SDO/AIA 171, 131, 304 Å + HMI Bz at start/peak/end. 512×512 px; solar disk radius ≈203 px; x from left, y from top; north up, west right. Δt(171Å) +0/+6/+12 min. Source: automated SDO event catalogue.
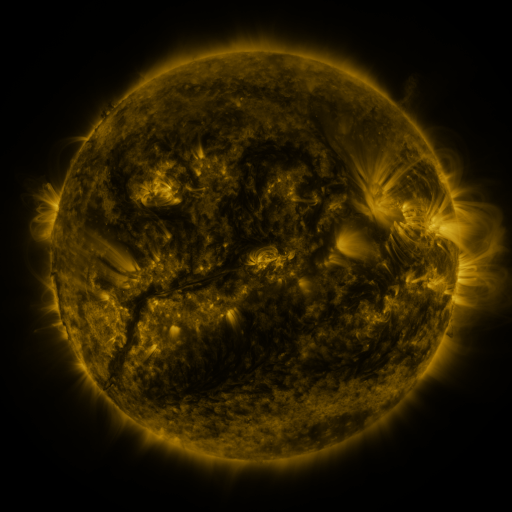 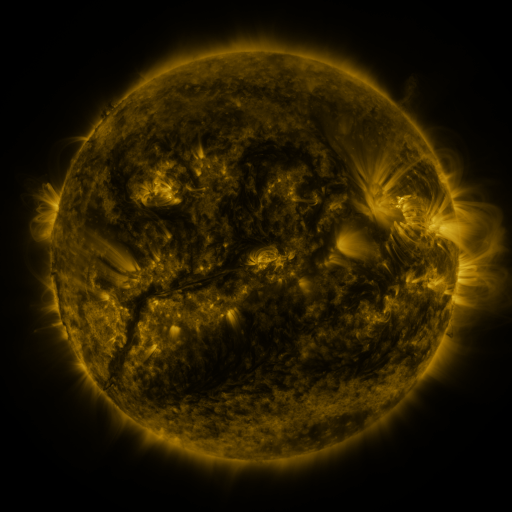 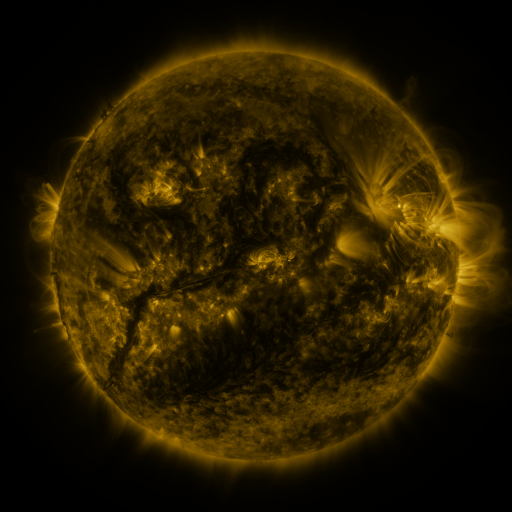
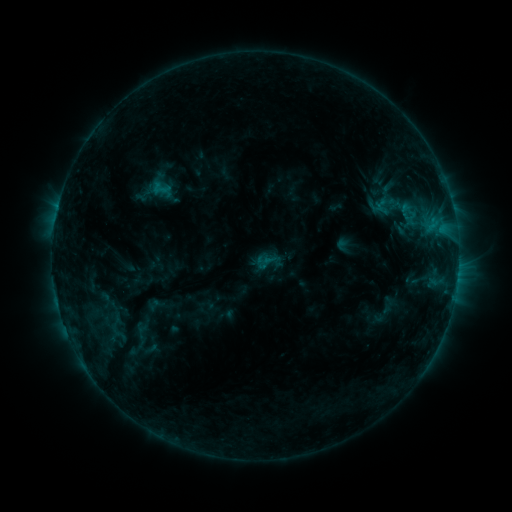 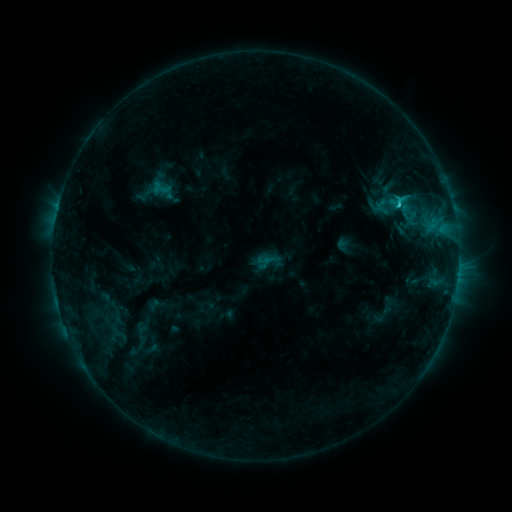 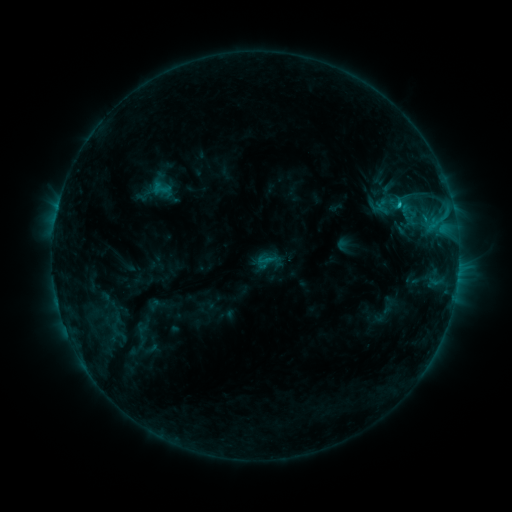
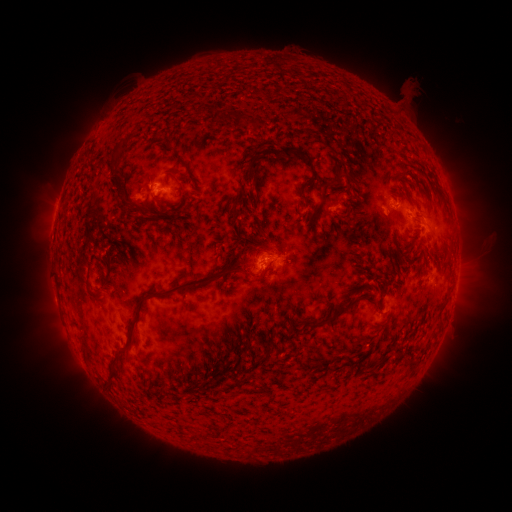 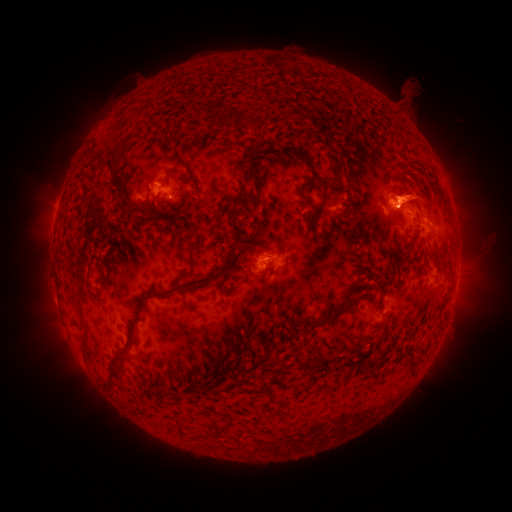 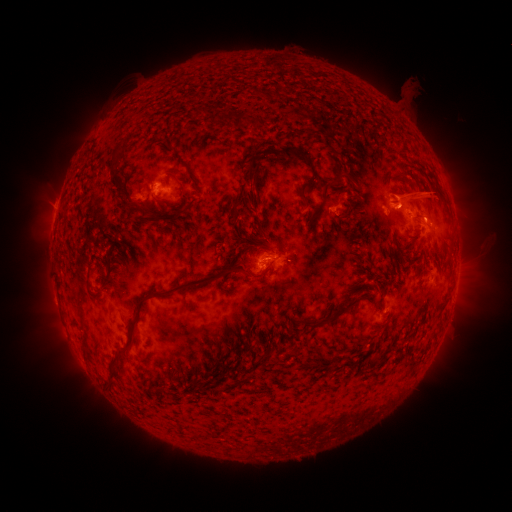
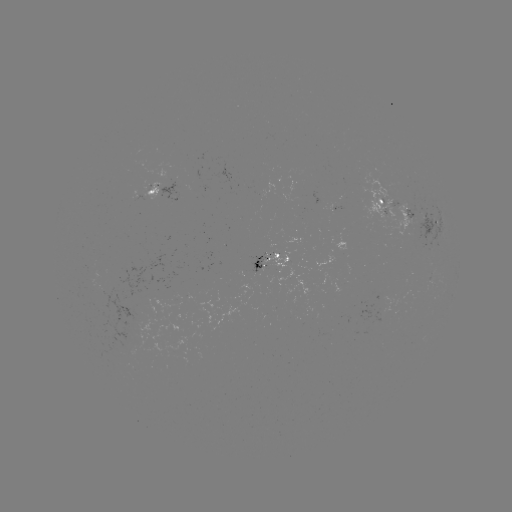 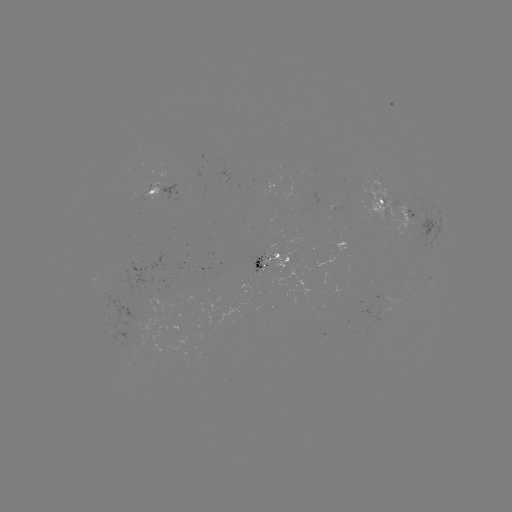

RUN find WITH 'C1.8 flare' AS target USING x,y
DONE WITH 398,208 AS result